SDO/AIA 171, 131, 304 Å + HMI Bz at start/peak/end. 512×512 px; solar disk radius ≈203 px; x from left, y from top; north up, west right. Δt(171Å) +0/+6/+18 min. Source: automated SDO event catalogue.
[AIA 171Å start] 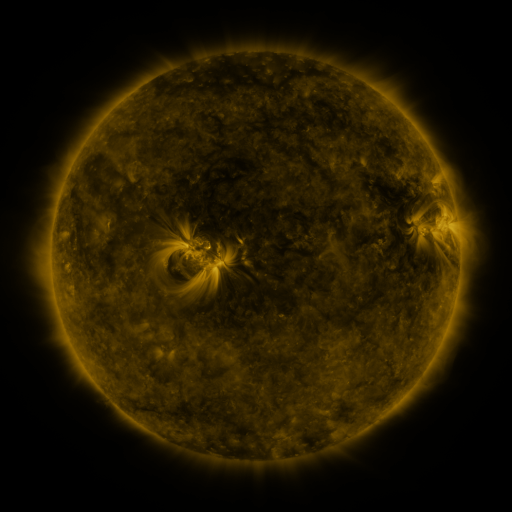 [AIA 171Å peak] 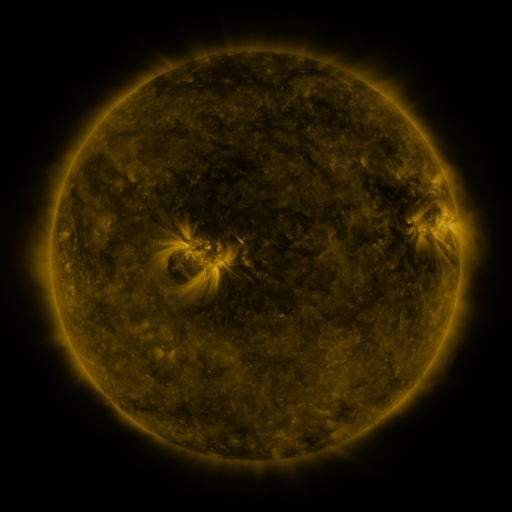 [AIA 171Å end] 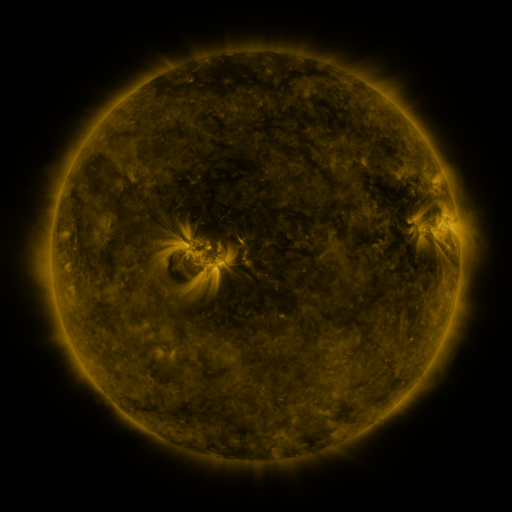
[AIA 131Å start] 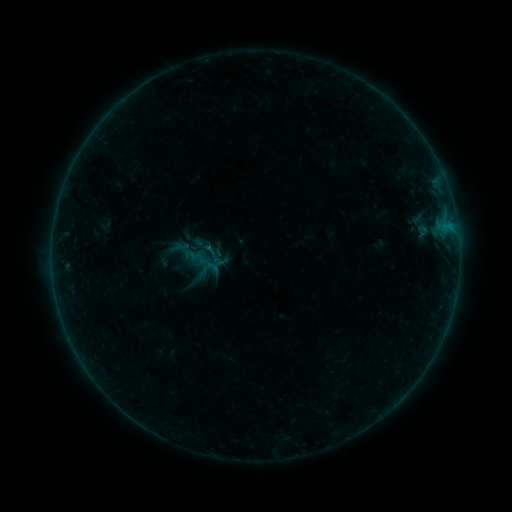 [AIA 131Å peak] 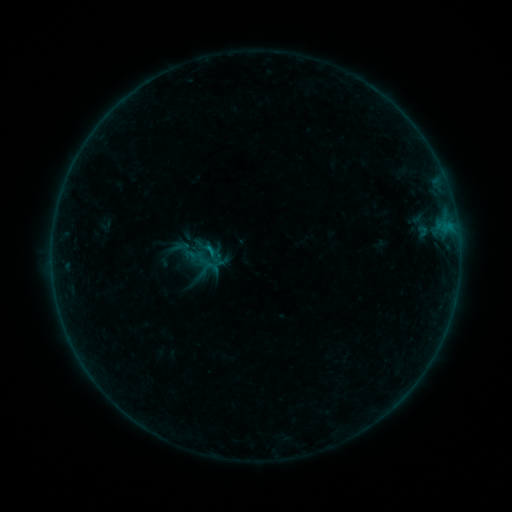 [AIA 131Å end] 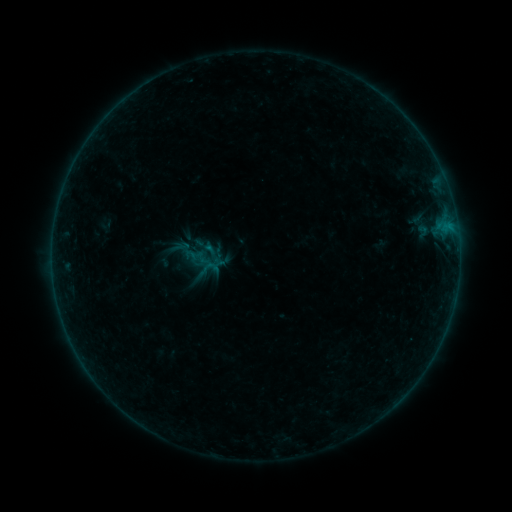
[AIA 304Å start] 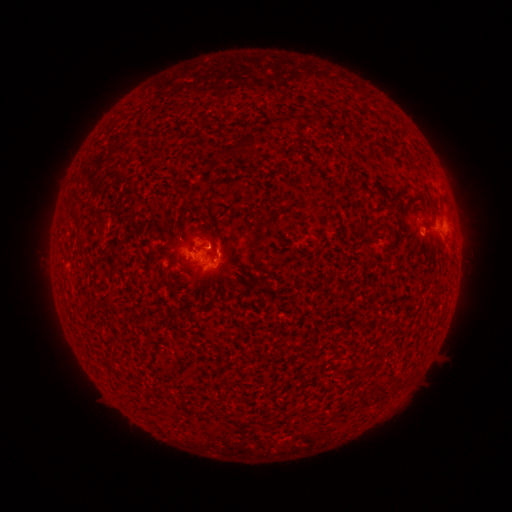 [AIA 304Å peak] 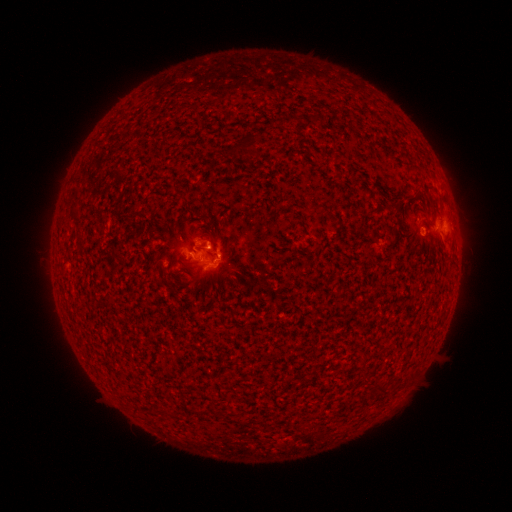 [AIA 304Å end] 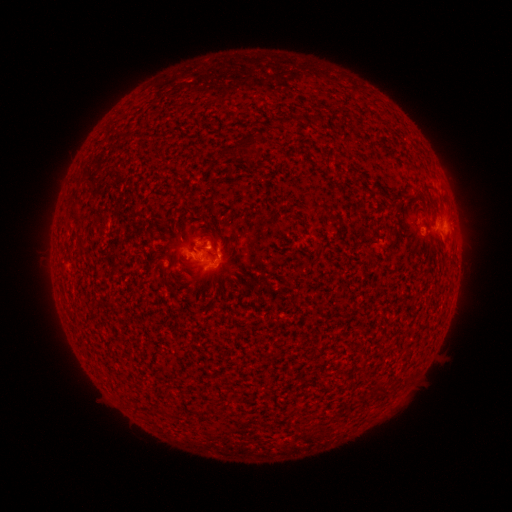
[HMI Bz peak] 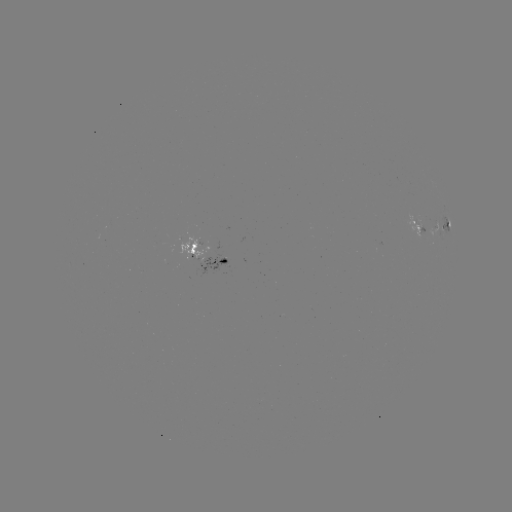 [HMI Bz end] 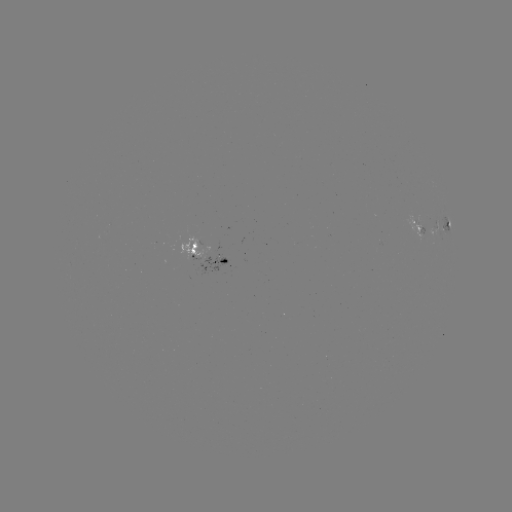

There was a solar flare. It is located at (210, 251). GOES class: B3.8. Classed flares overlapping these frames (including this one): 1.